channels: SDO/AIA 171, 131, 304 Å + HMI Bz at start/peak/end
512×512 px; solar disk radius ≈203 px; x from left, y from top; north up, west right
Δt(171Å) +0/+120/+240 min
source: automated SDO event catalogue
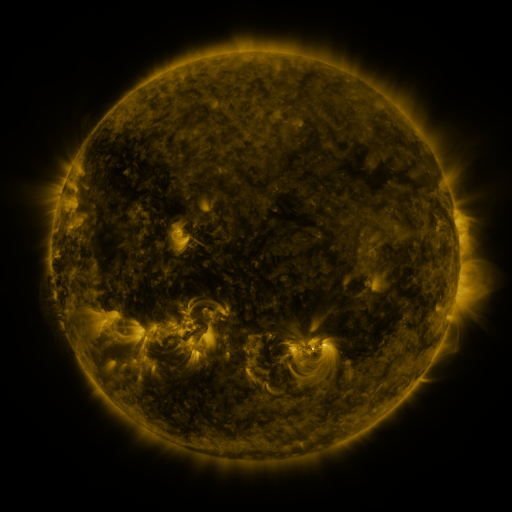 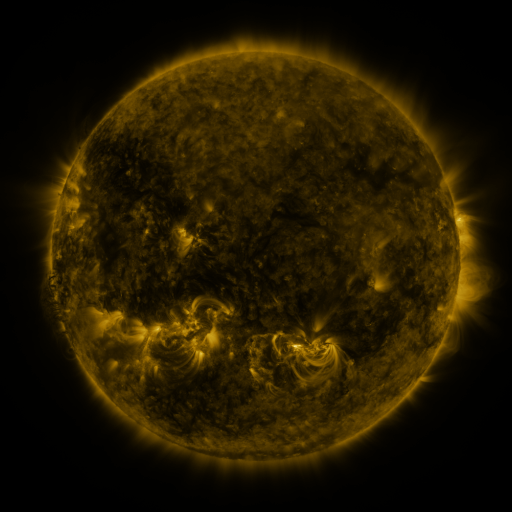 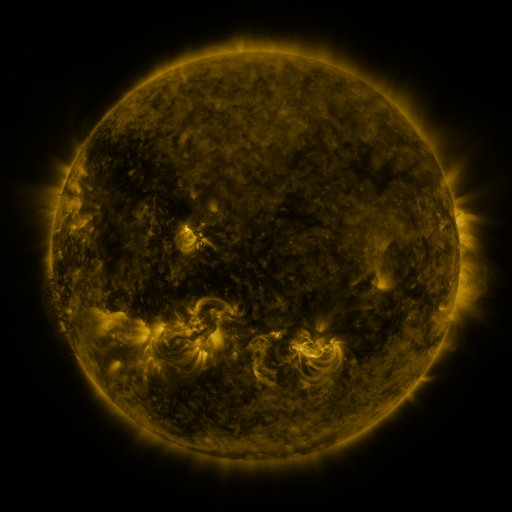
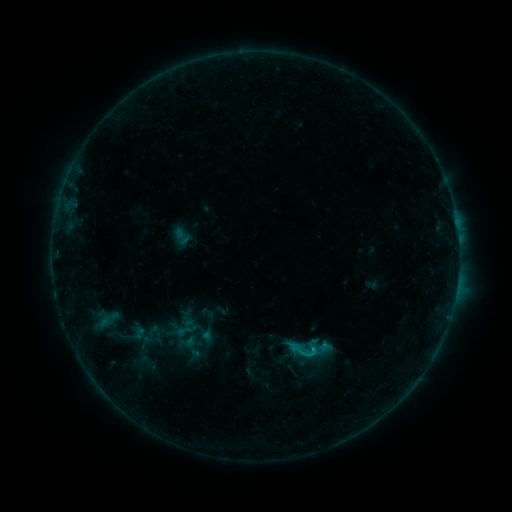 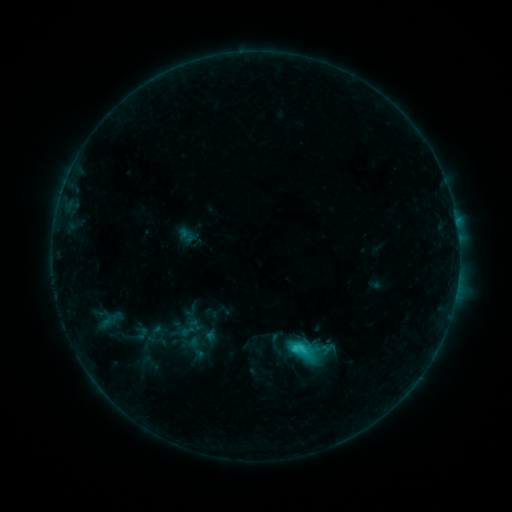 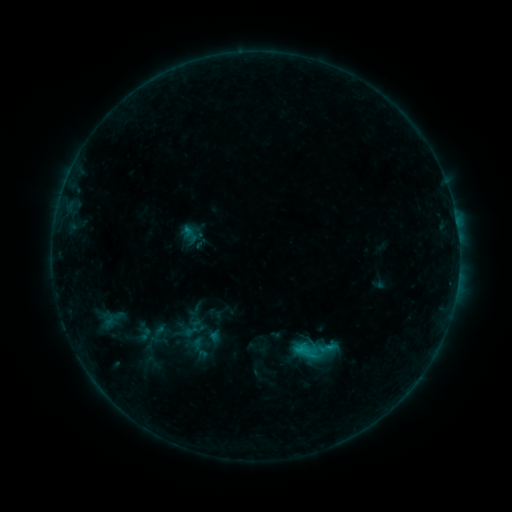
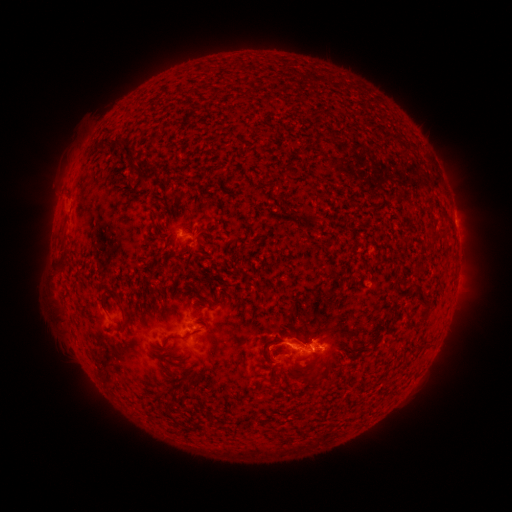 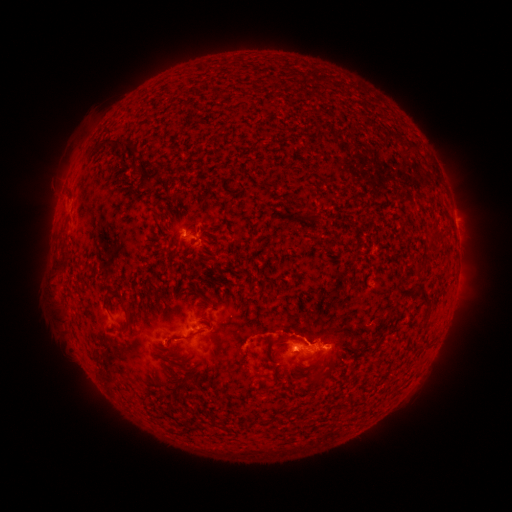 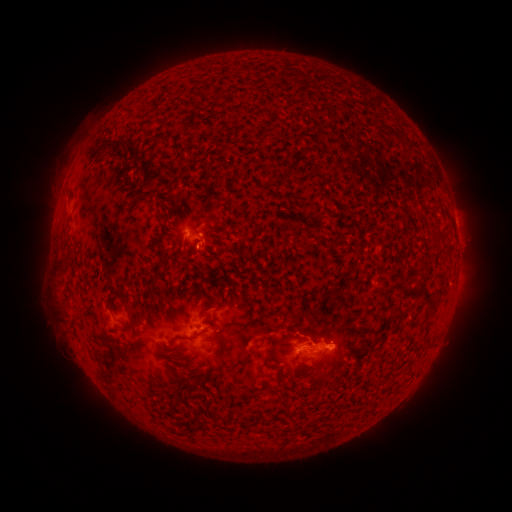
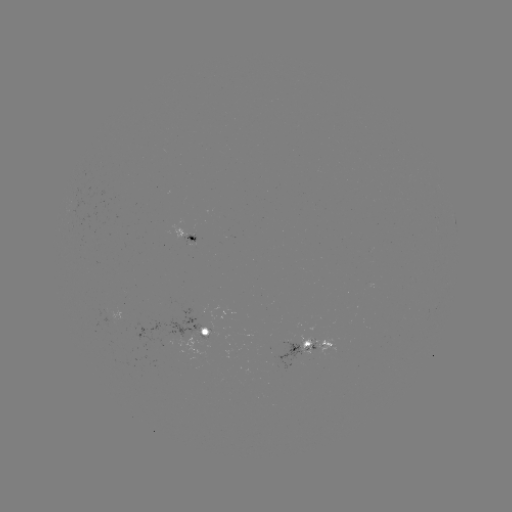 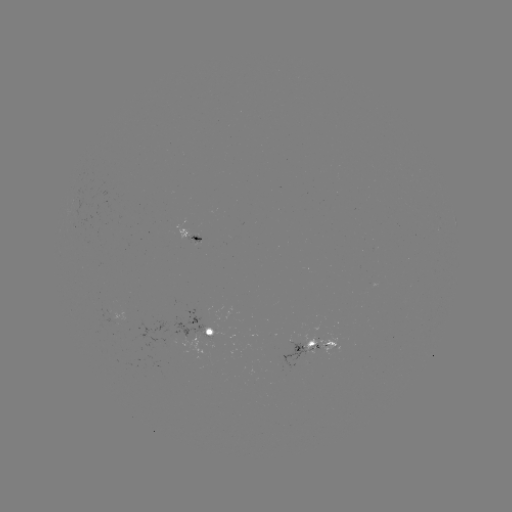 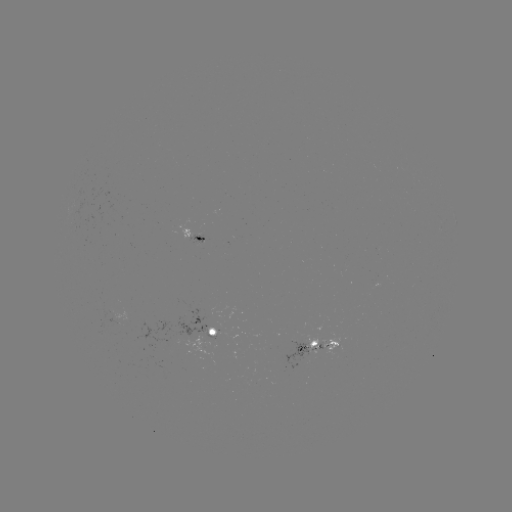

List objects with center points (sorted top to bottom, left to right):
C2.6 flare: (299, 348)
